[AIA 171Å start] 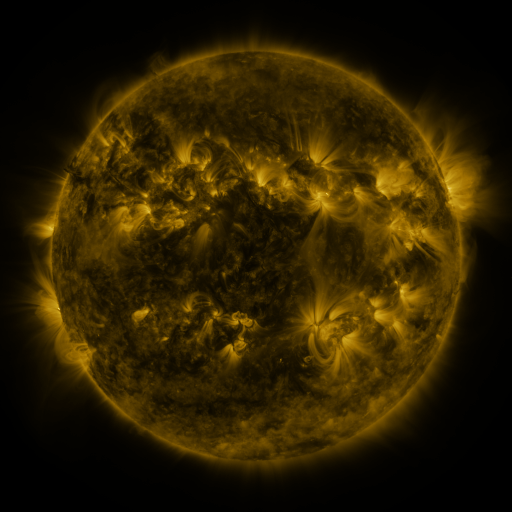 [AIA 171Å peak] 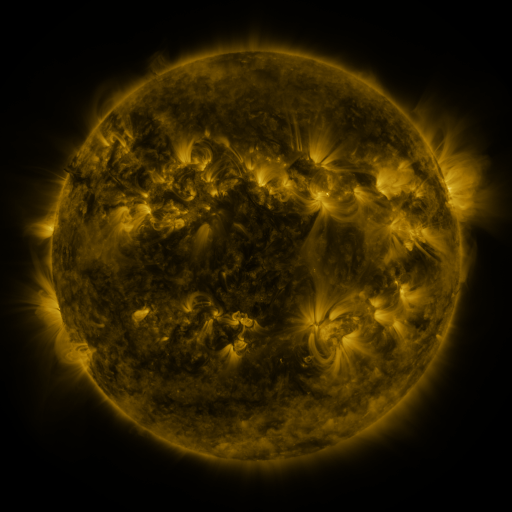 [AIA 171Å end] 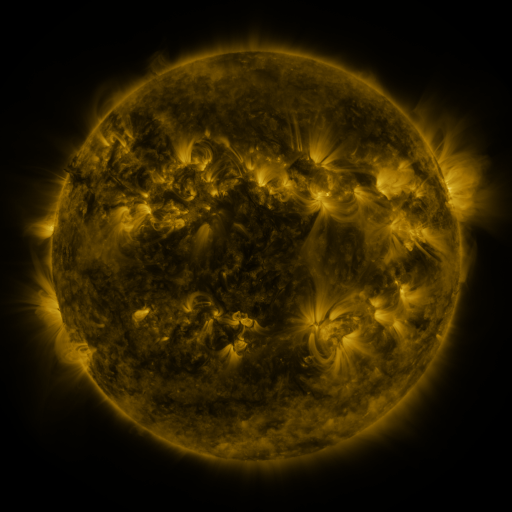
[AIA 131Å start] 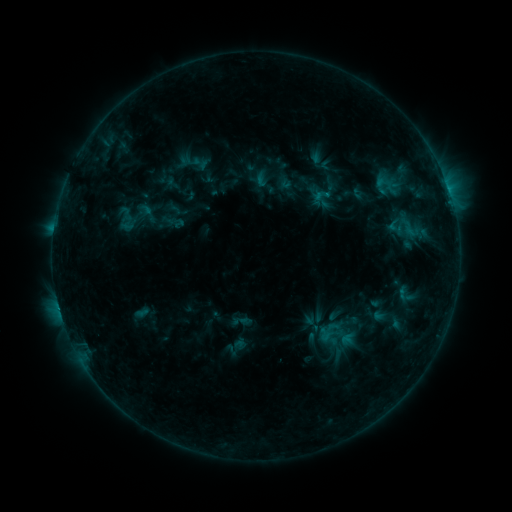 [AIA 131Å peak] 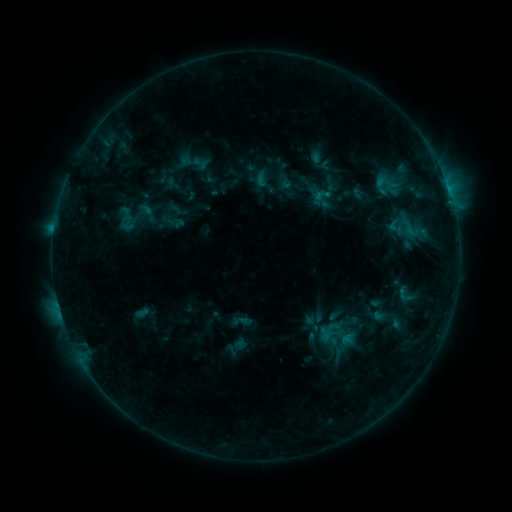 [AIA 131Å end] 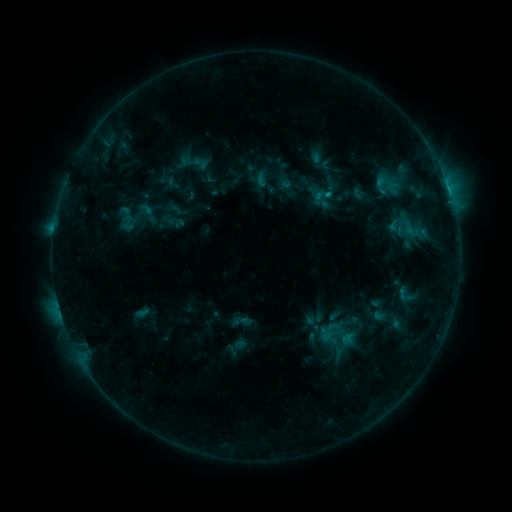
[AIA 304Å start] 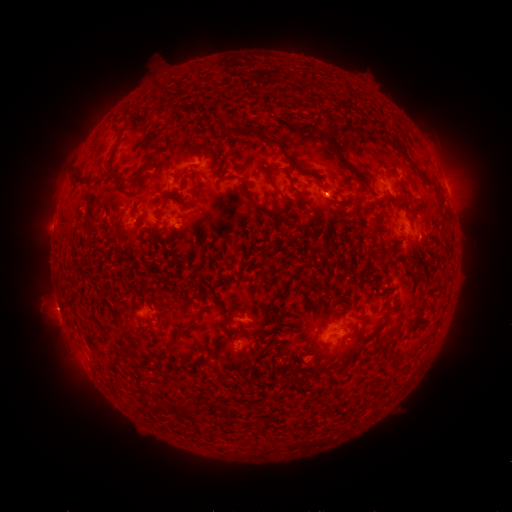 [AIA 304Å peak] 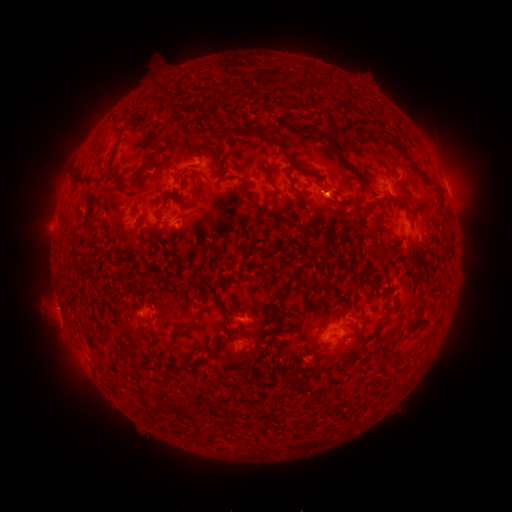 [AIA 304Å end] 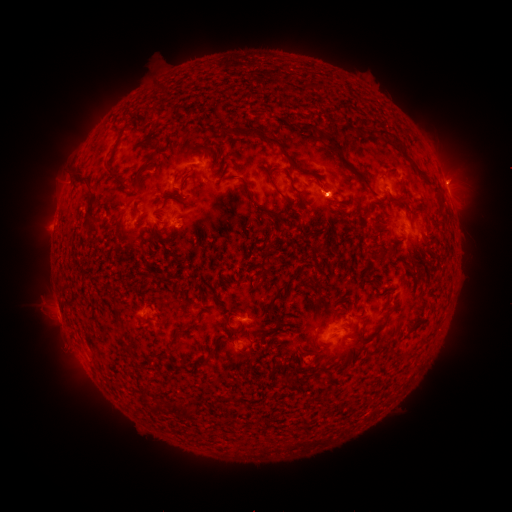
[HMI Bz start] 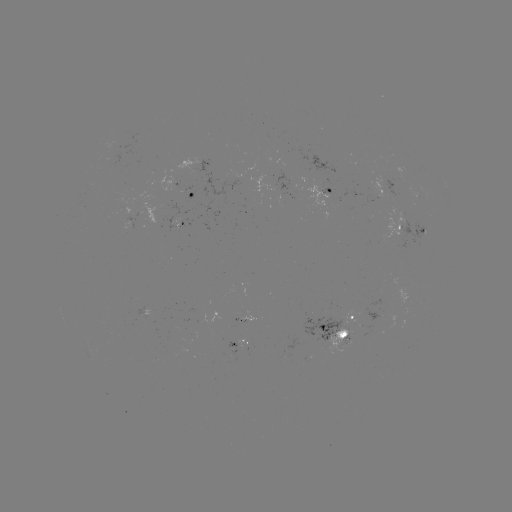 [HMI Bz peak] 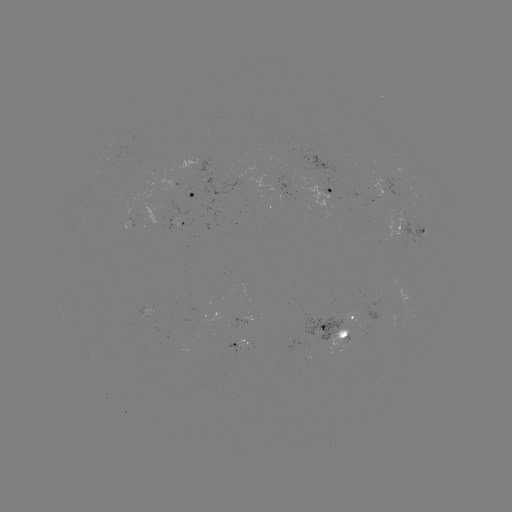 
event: eruption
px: (59, 338)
